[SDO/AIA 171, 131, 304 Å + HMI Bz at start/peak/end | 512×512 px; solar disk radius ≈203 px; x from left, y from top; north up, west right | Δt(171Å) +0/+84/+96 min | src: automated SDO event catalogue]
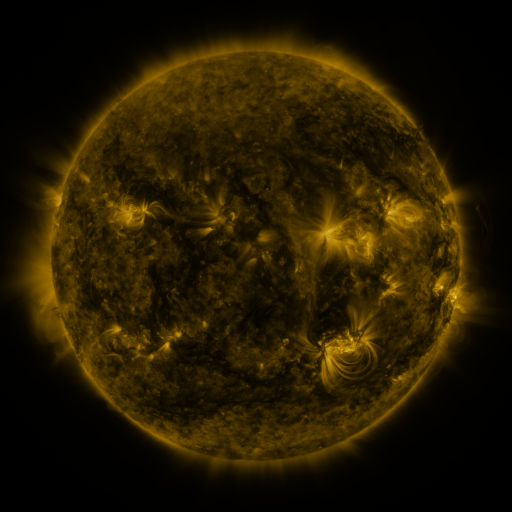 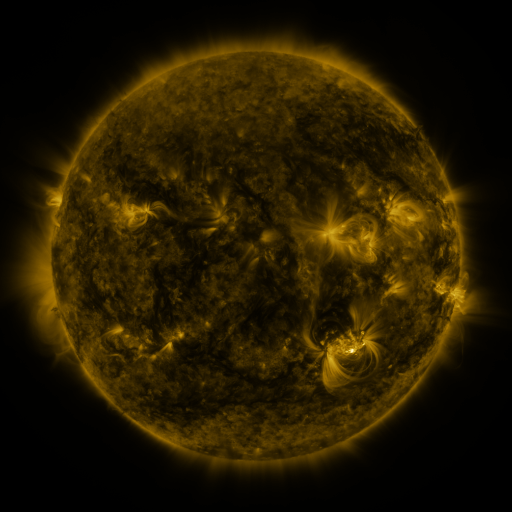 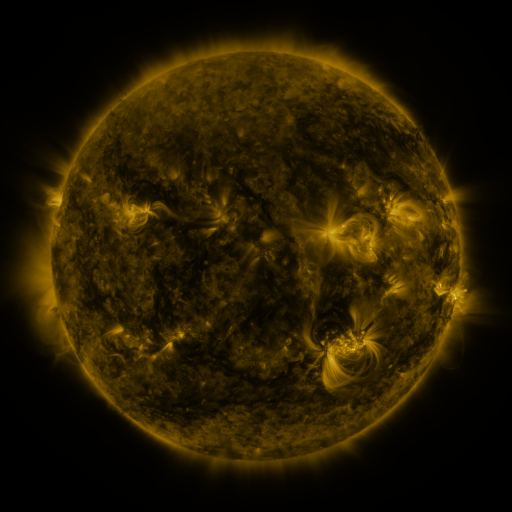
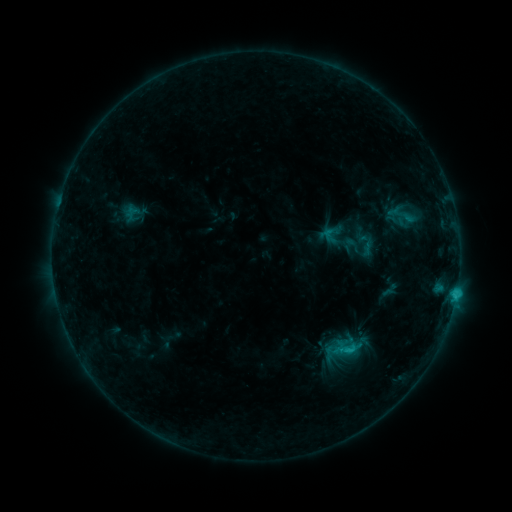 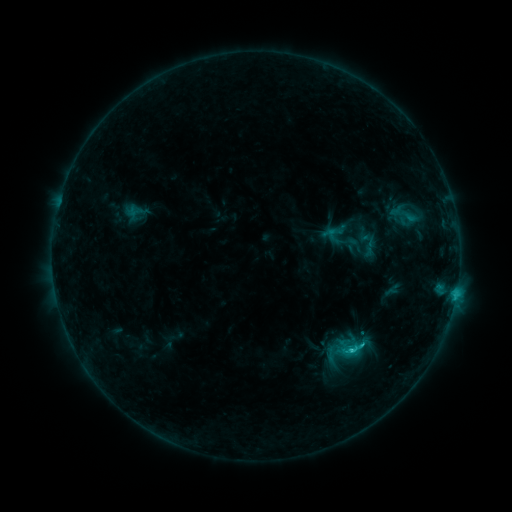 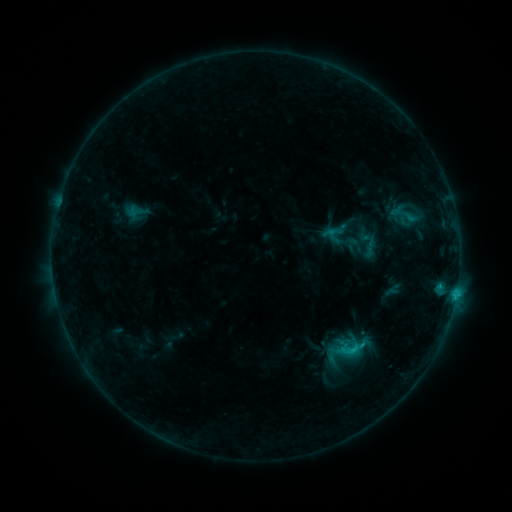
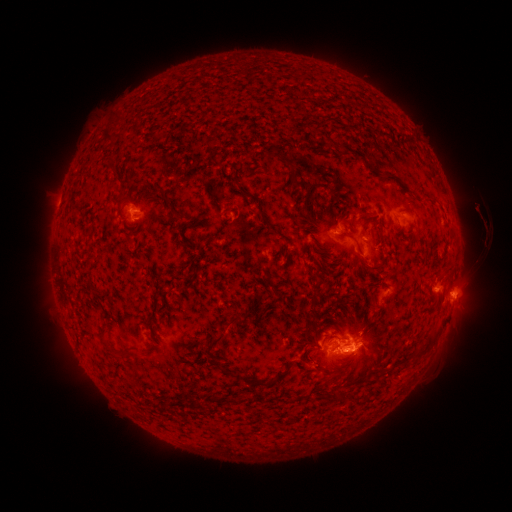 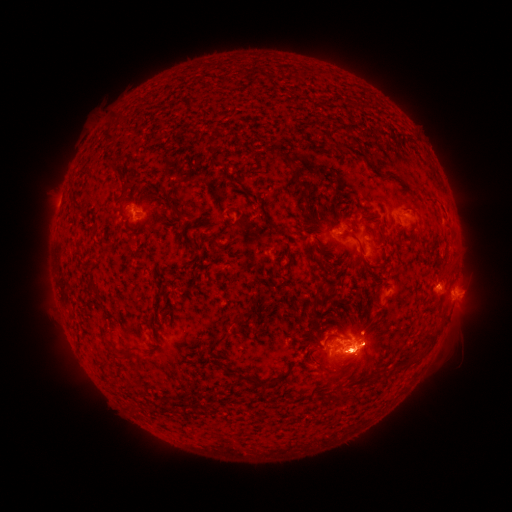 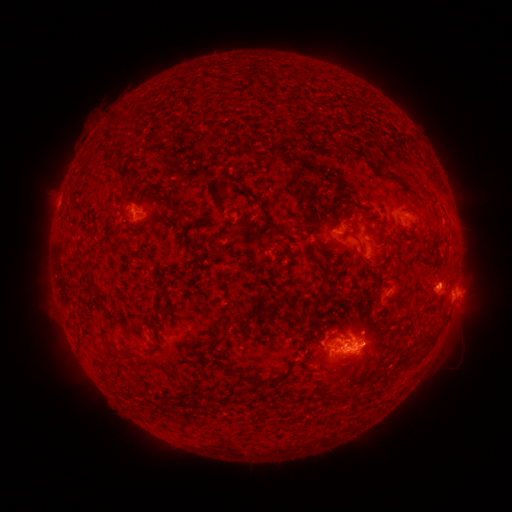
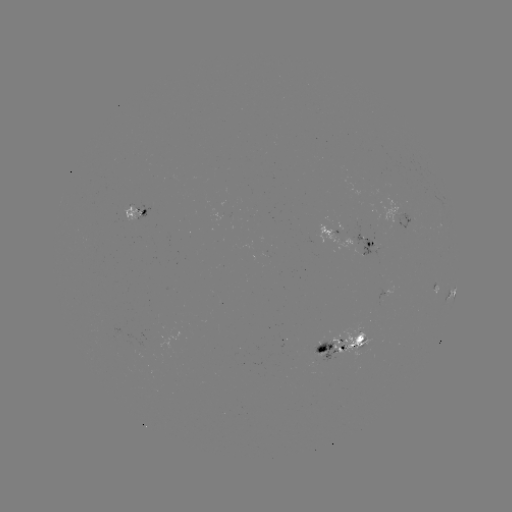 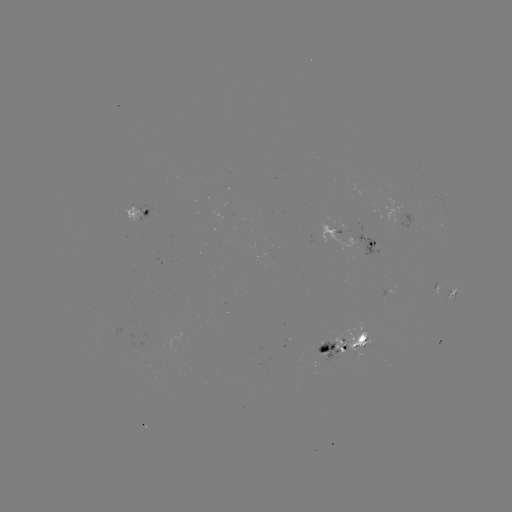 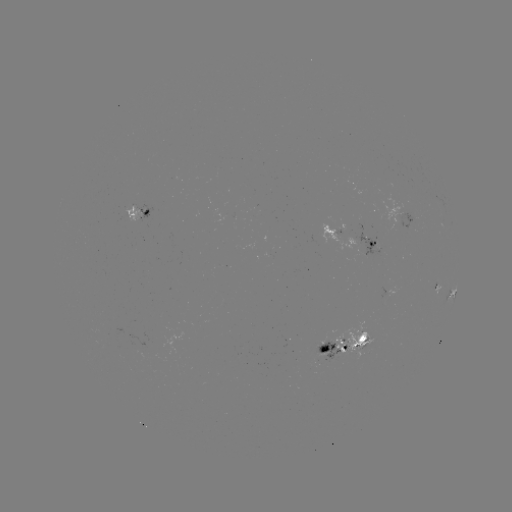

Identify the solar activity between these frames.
emerging-flux region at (363, 340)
